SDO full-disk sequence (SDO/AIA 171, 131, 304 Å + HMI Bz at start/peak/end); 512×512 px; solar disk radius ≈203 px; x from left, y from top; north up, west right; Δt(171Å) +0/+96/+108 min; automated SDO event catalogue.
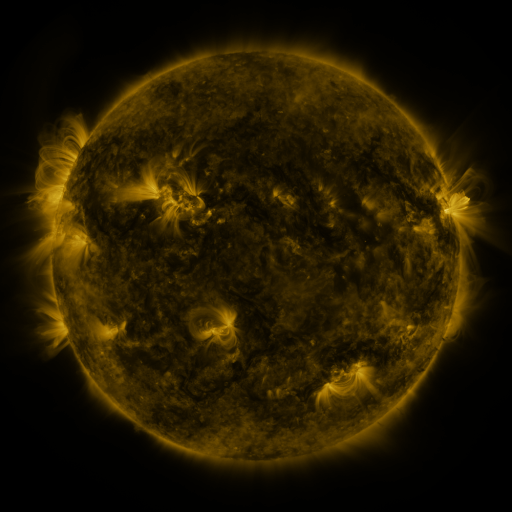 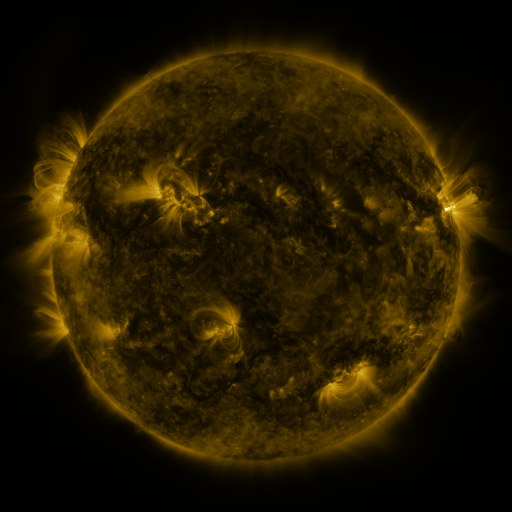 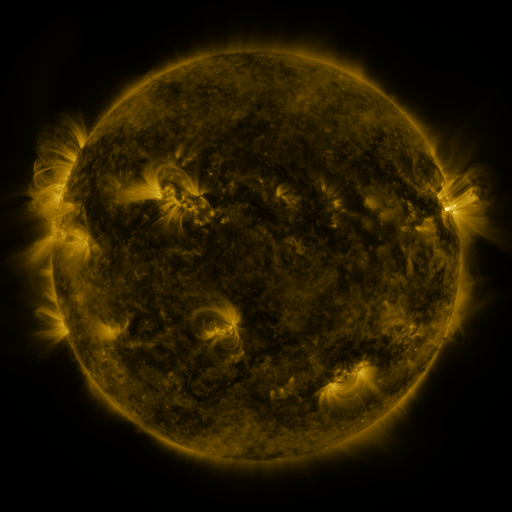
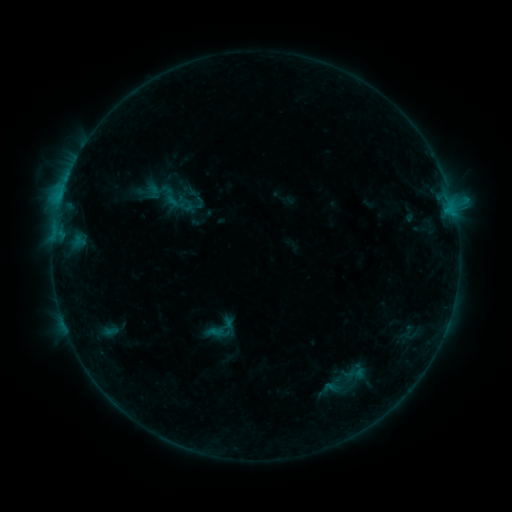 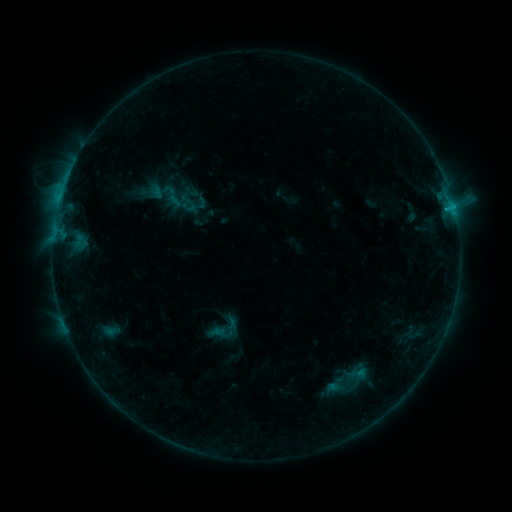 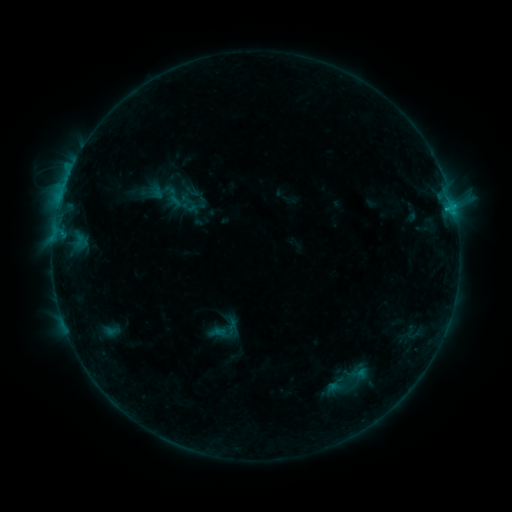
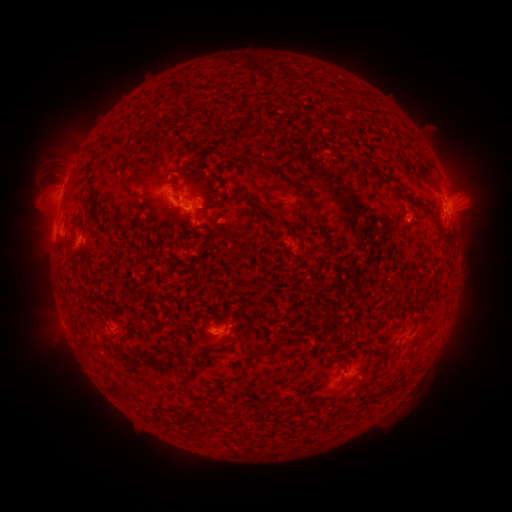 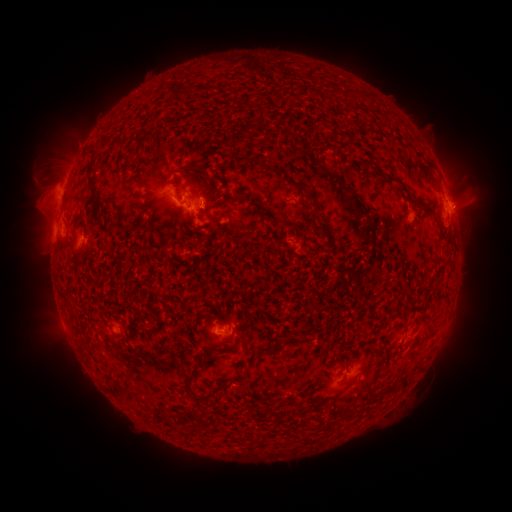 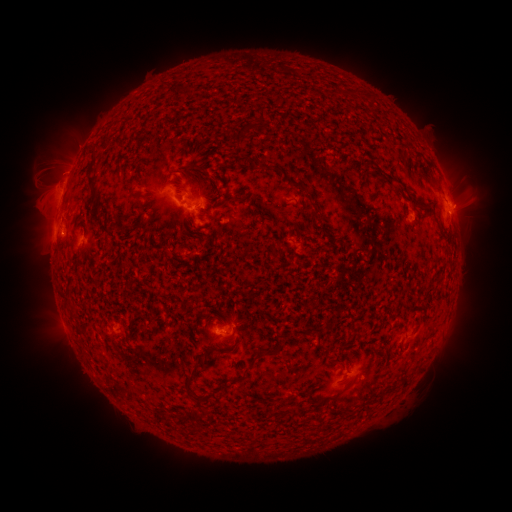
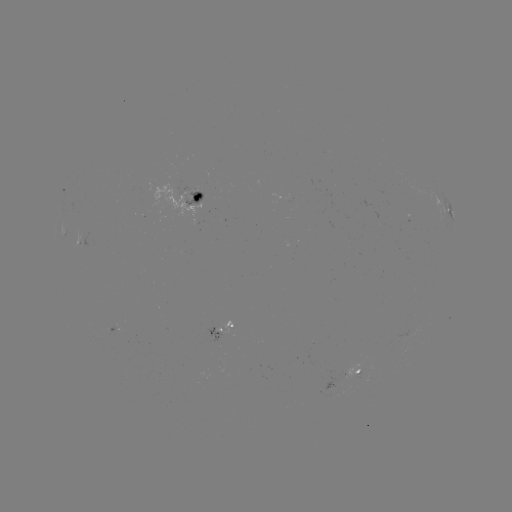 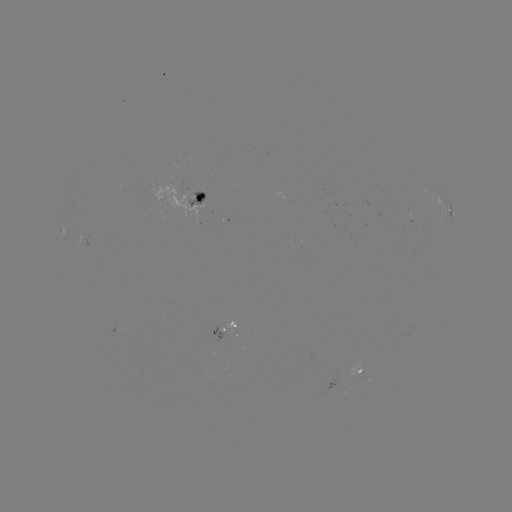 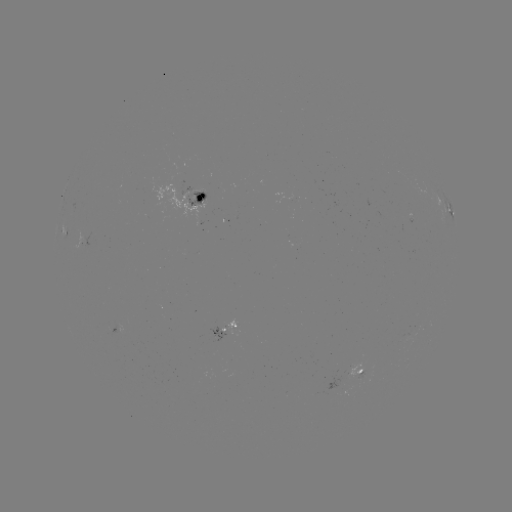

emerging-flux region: [207, 326, 225, 342]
